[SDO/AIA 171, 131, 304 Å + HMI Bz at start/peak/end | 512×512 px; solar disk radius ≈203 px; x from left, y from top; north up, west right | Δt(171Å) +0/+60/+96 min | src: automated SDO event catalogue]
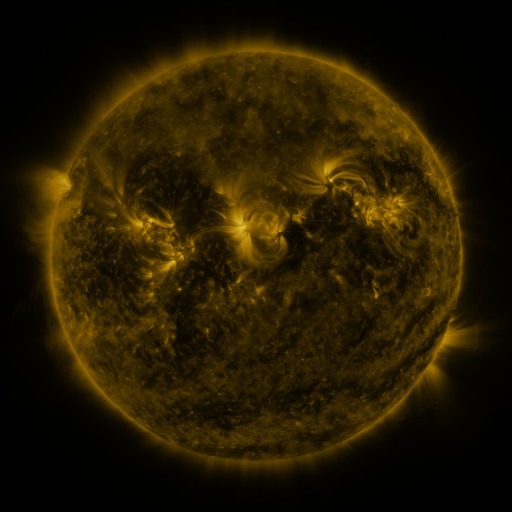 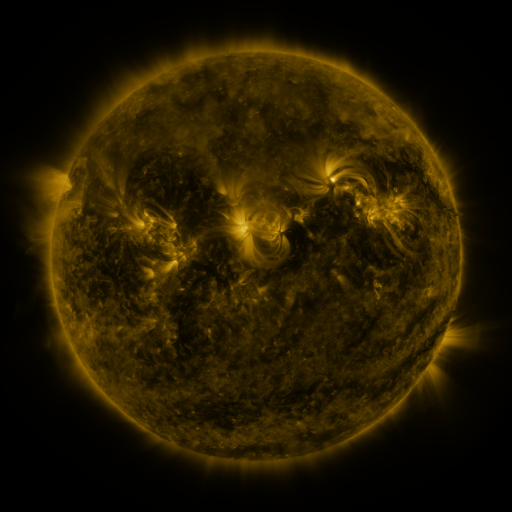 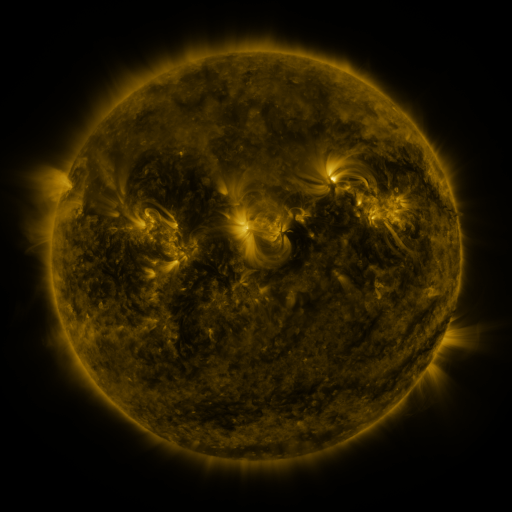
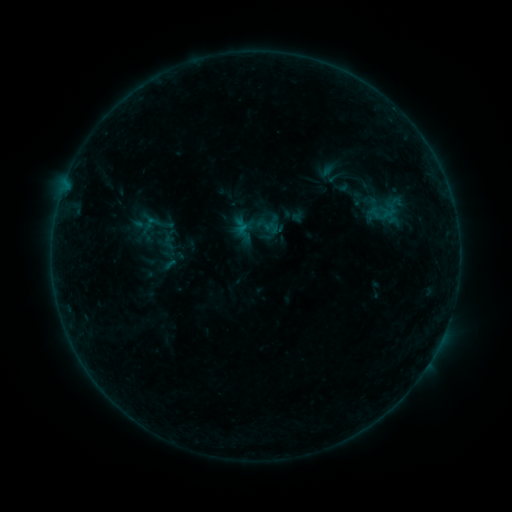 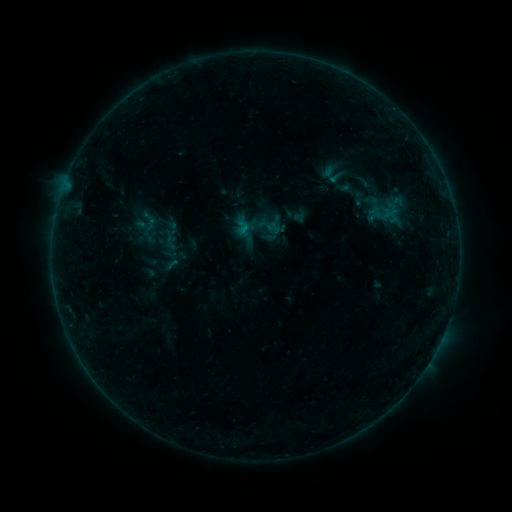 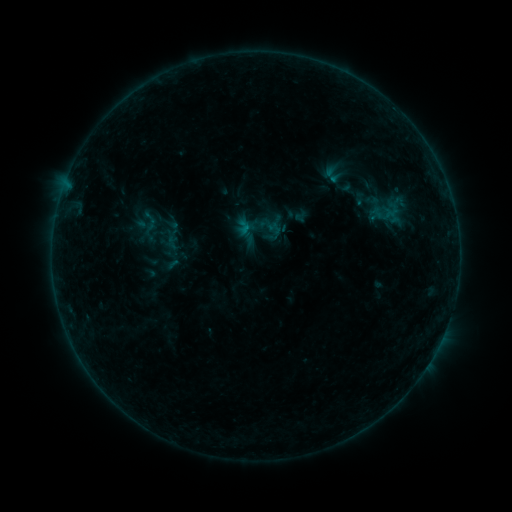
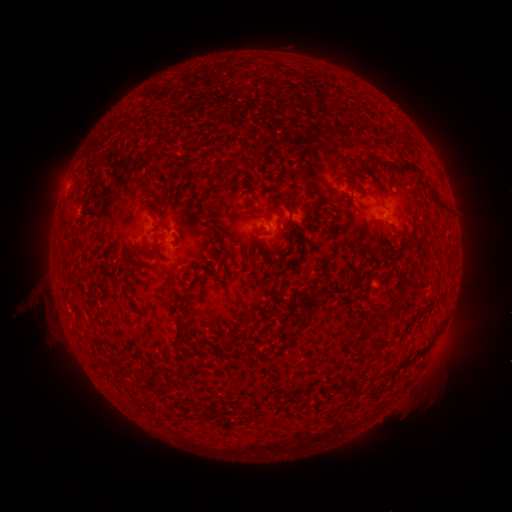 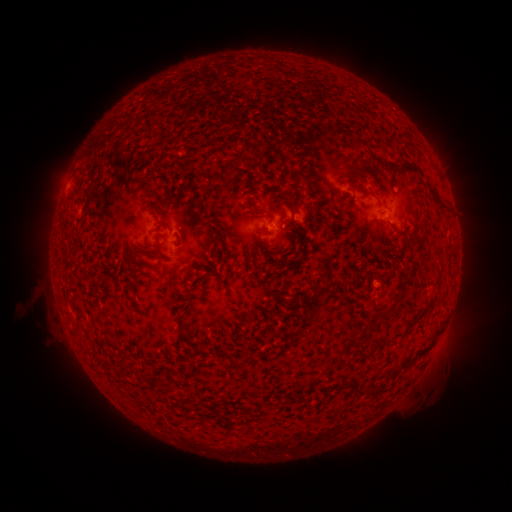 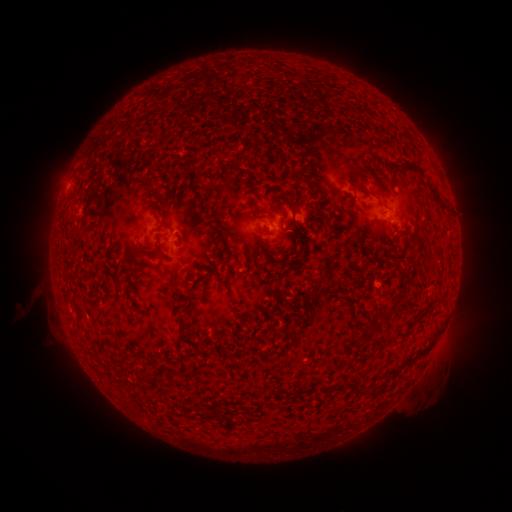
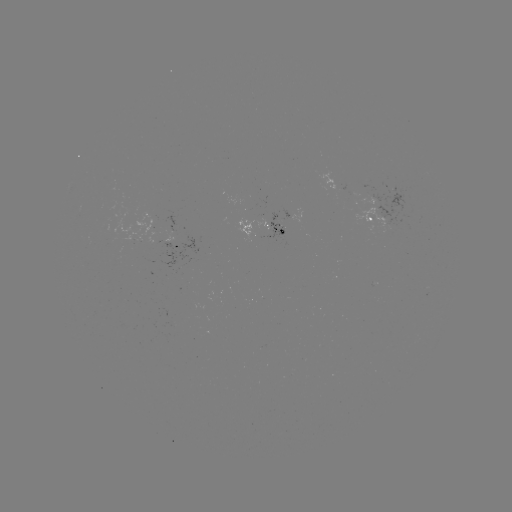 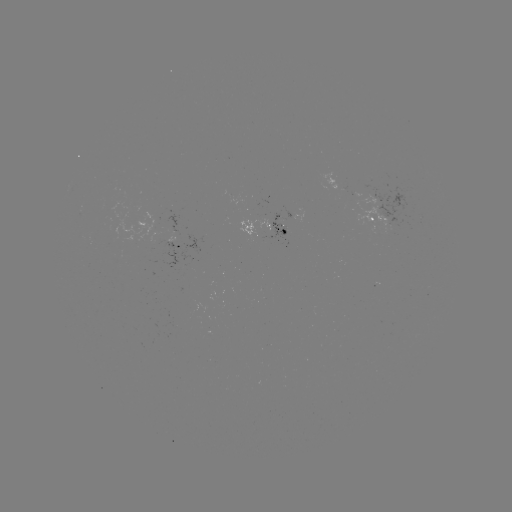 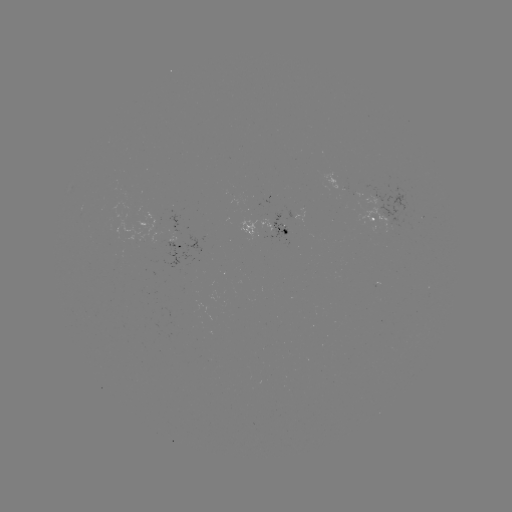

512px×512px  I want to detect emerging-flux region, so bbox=[182, 258, 194, 269].